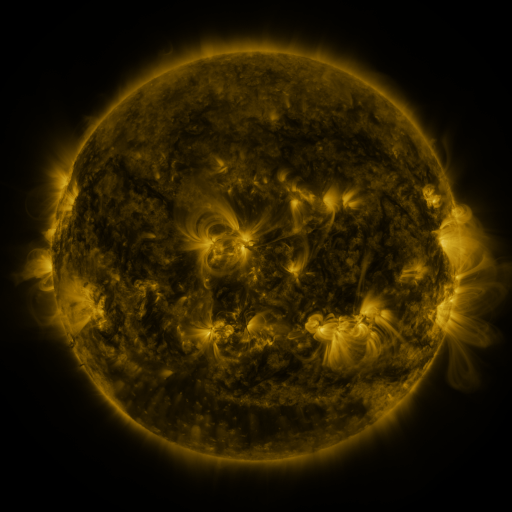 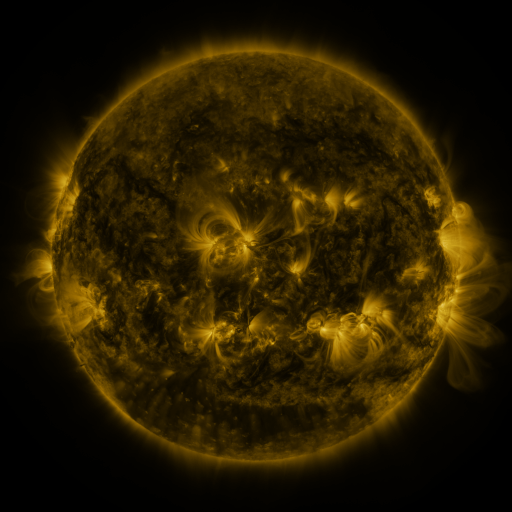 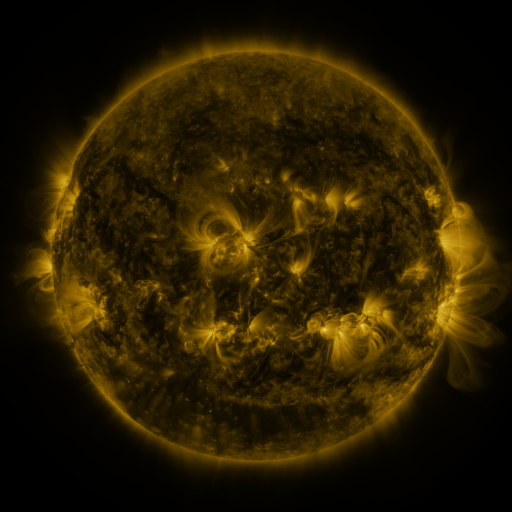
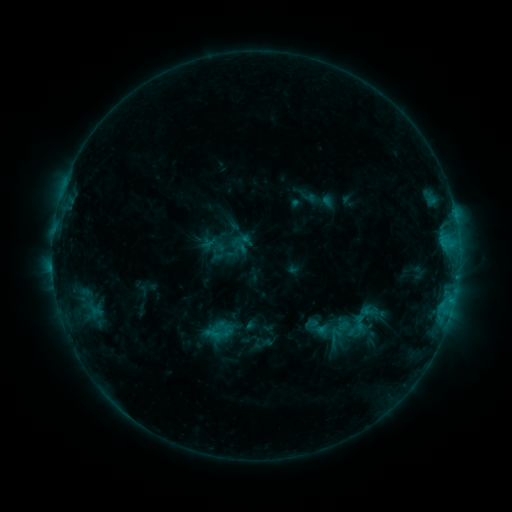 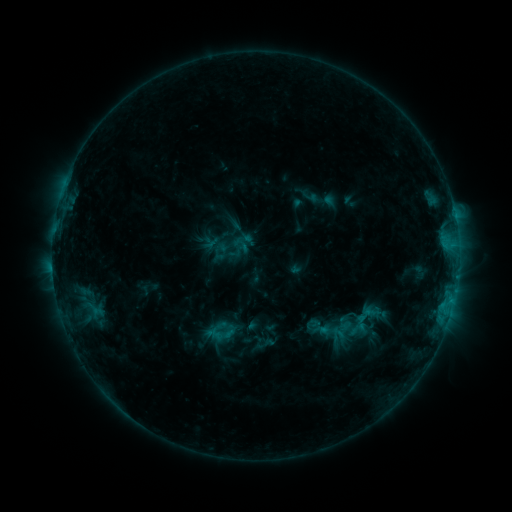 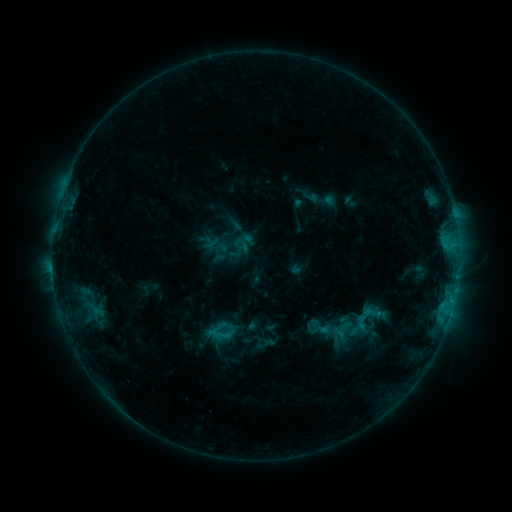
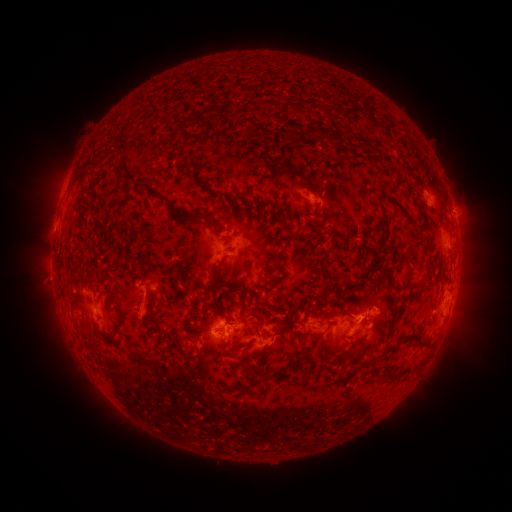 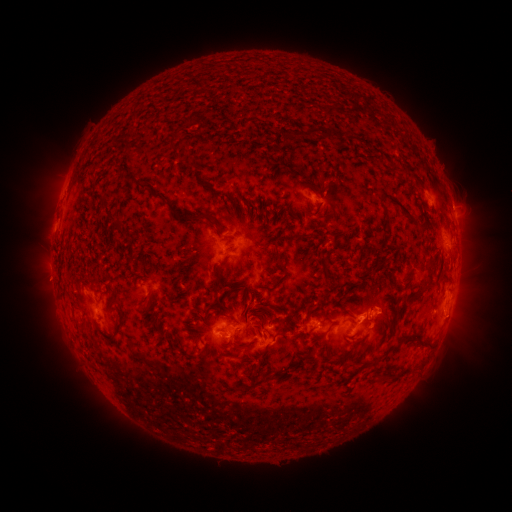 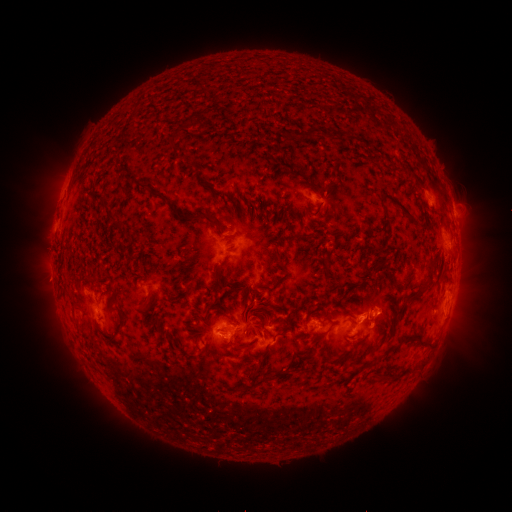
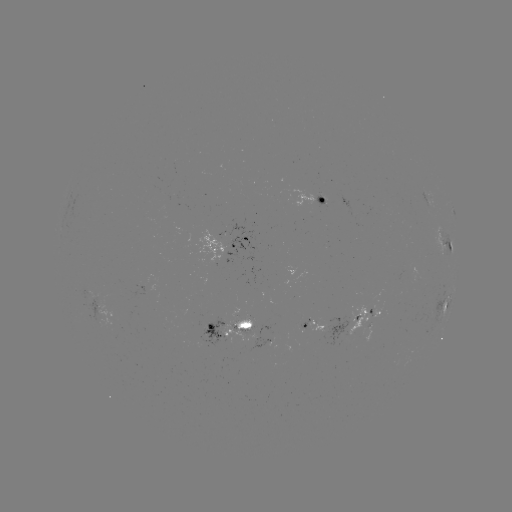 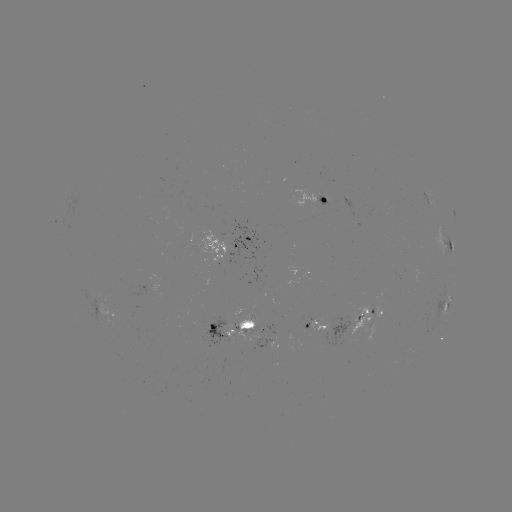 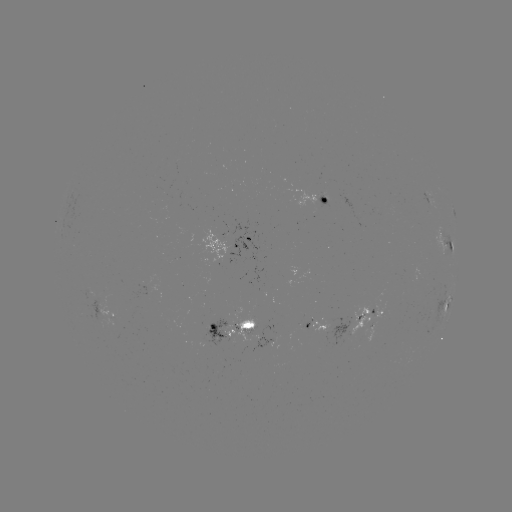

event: emerging-flux region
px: (306, 327)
